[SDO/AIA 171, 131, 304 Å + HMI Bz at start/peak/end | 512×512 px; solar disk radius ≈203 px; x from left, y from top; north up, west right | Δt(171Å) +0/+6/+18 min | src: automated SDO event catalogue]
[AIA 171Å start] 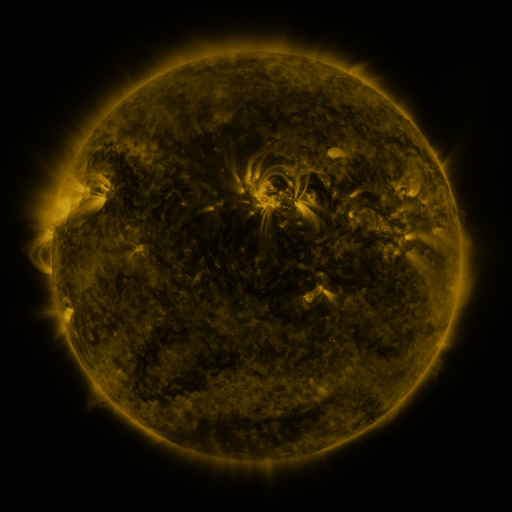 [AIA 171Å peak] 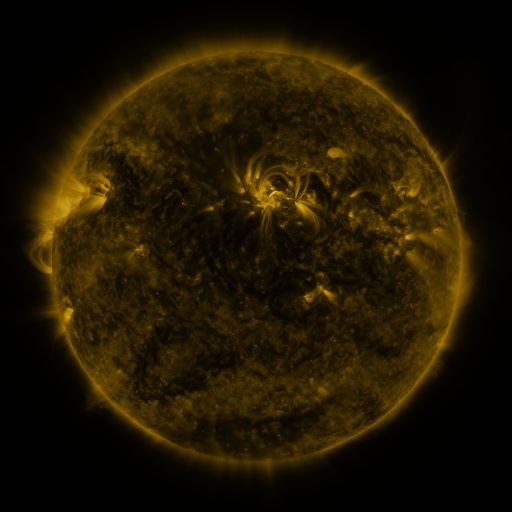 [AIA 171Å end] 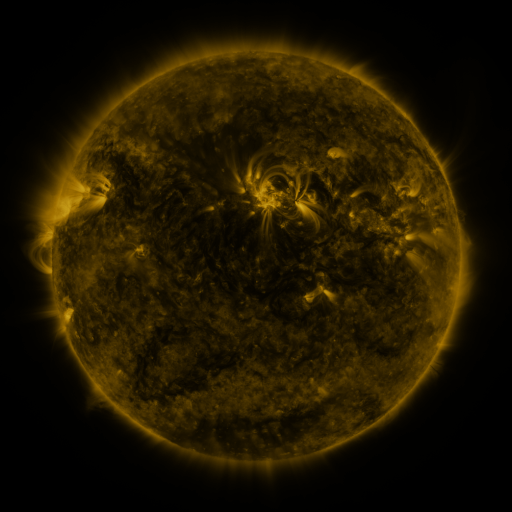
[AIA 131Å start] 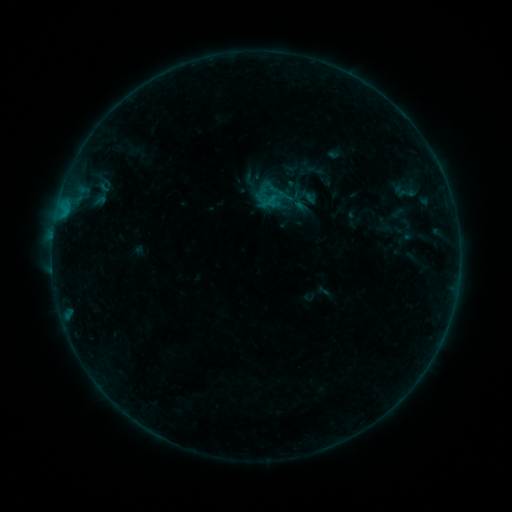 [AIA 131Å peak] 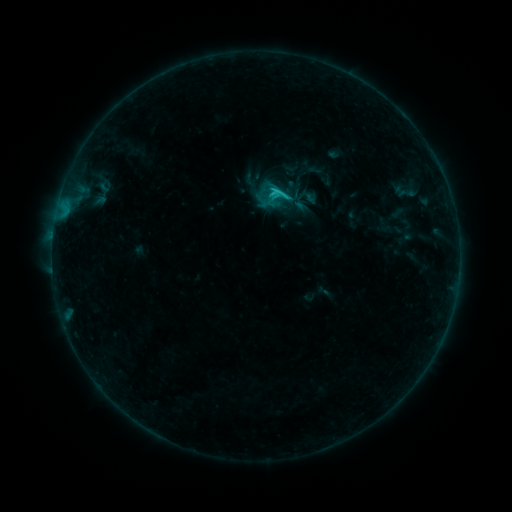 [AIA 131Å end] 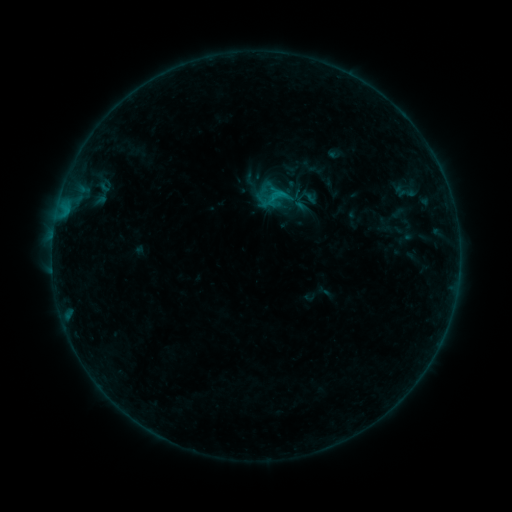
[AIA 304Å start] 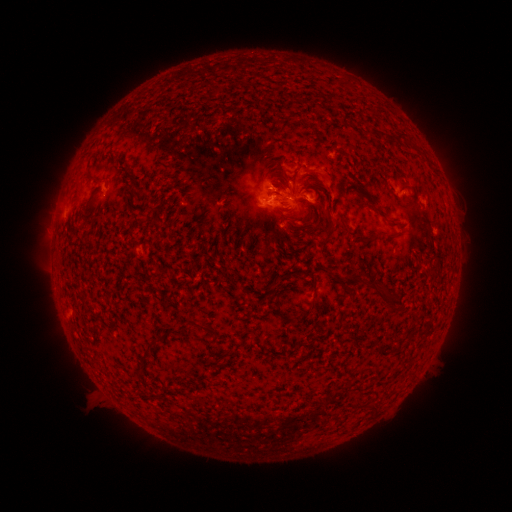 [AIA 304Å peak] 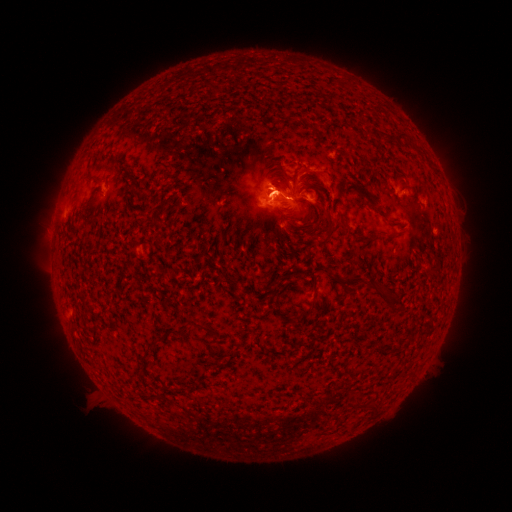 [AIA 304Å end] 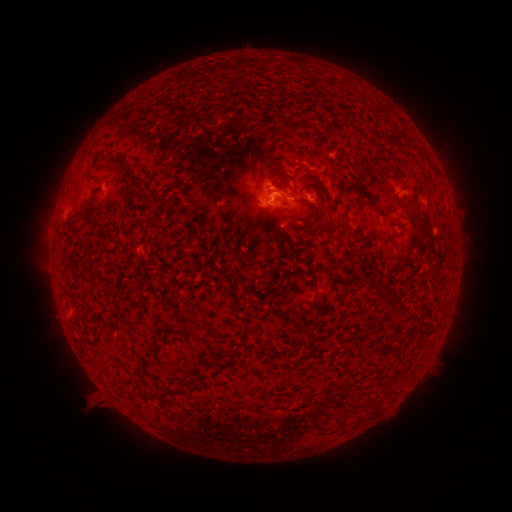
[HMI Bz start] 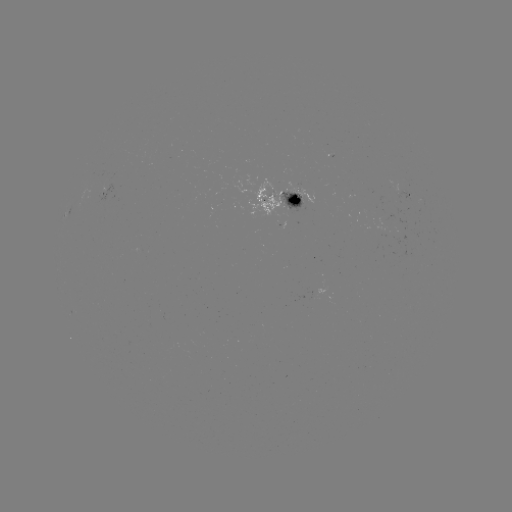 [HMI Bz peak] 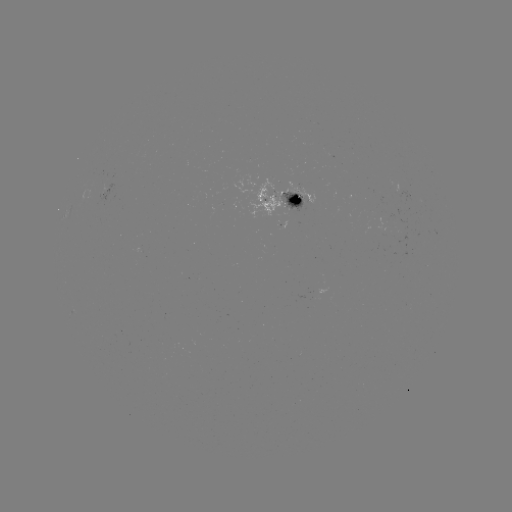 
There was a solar flare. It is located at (273, 190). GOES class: C1.3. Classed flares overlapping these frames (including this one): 1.